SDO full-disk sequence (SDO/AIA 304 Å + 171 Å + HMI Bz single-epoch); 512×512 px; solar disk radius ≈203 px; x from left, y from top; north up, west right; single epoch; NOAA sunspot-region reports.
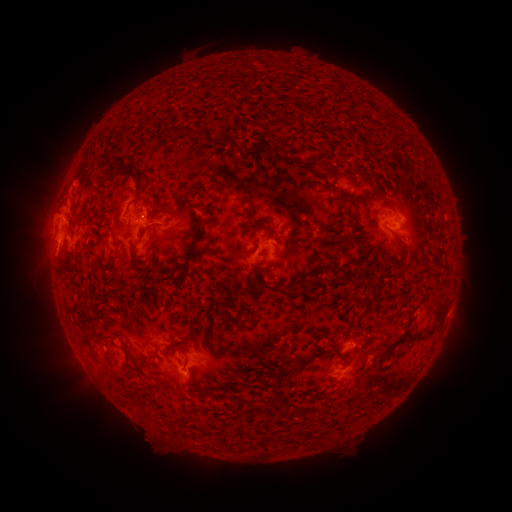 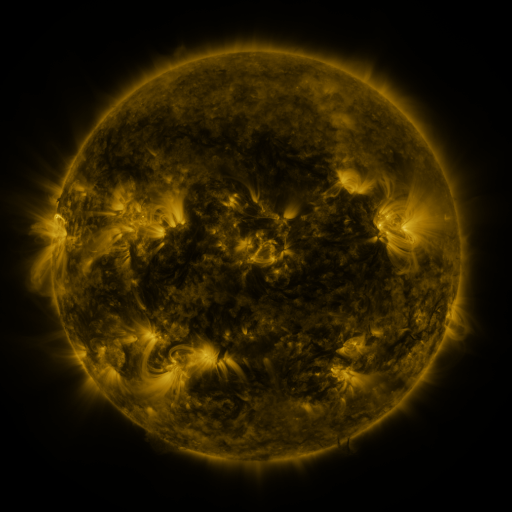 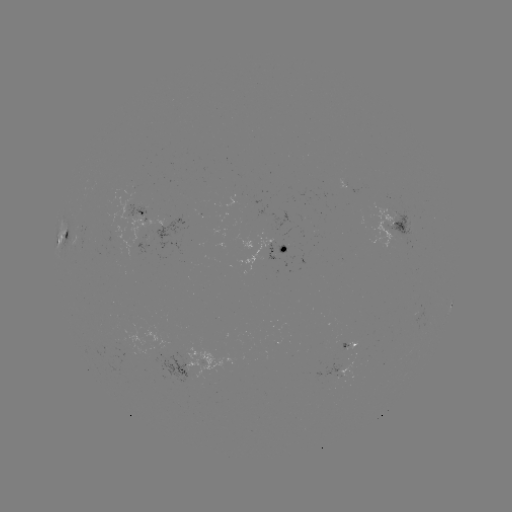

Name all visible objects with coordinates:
spotted active region: (142, 208)
spotted active region: (65, 223)
spotted active region: (396, 227)
spotted active region: (284, 247)
spotted active region: (451, 304)
spotted active region: (351, 344)
spotted active region: (185, 364)
spotted active region: (341, 372)
